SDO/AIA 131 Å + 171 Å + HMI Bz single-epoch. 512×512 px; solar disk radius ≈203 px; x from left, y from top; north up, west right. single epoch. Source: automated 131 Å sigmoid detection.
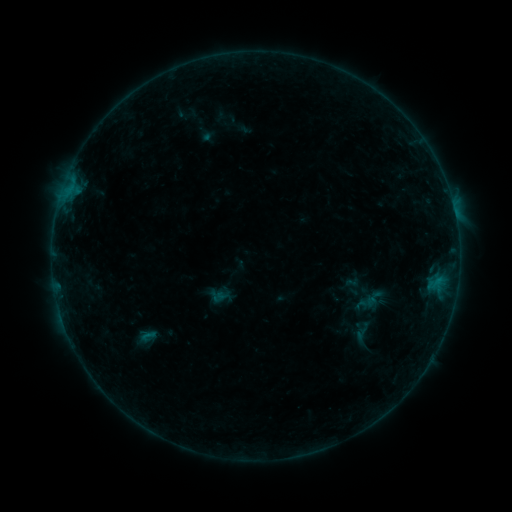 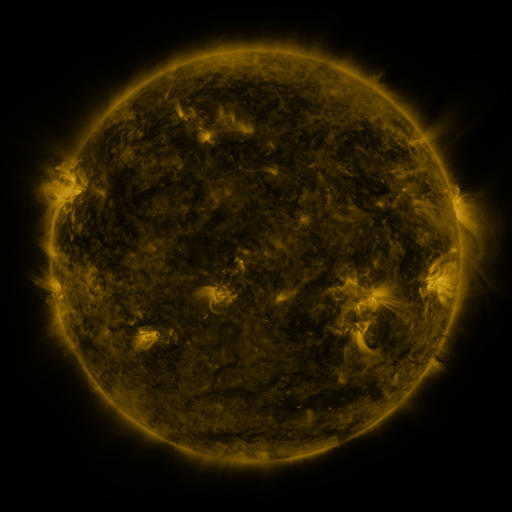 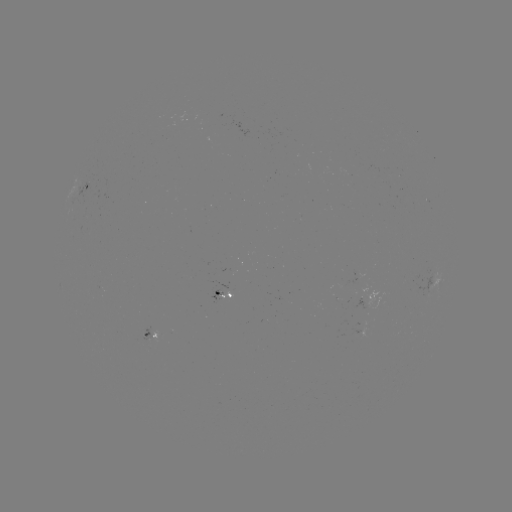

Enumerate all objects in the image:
sigmoid: <bbox>359, 293, 375, 312</bbox>
sigmoid: <bbox>349, 318, 374, 346</bbox>
